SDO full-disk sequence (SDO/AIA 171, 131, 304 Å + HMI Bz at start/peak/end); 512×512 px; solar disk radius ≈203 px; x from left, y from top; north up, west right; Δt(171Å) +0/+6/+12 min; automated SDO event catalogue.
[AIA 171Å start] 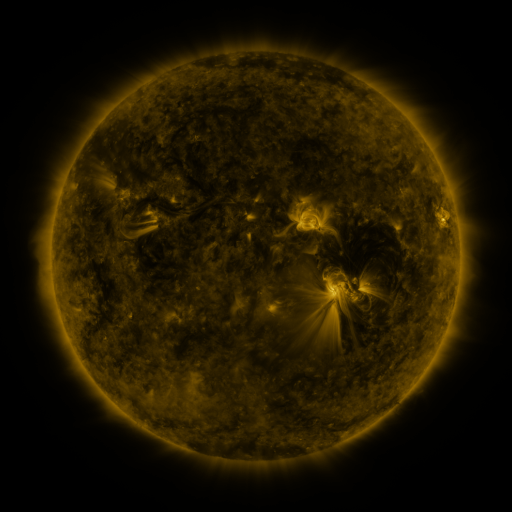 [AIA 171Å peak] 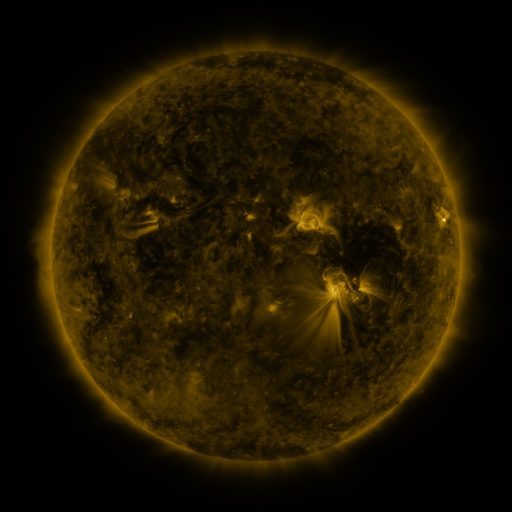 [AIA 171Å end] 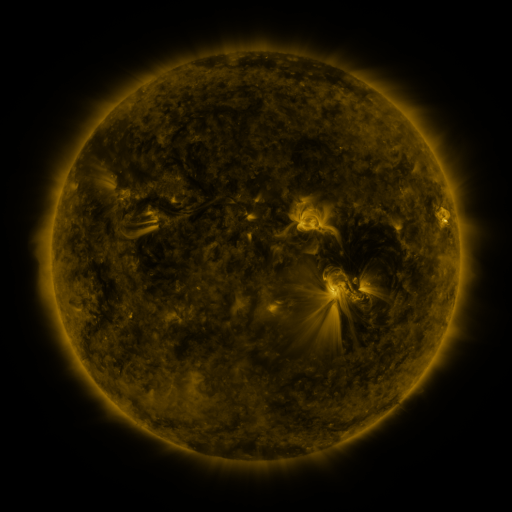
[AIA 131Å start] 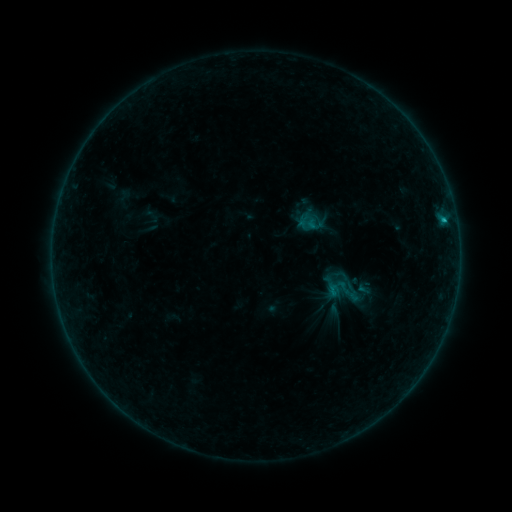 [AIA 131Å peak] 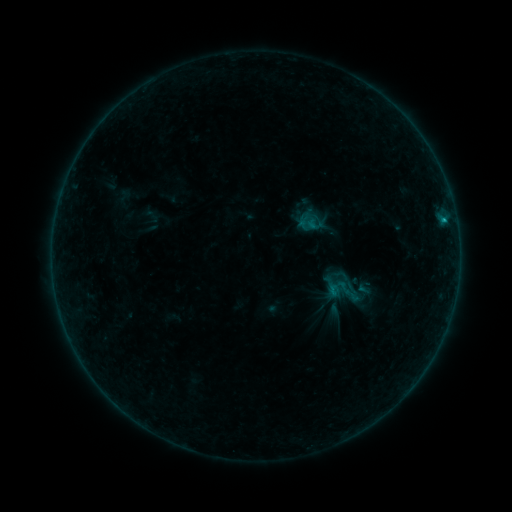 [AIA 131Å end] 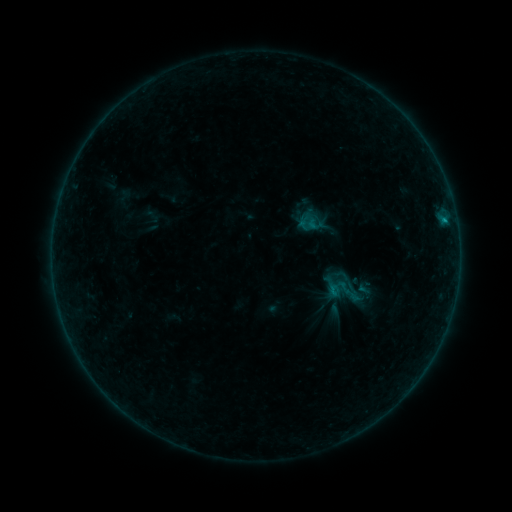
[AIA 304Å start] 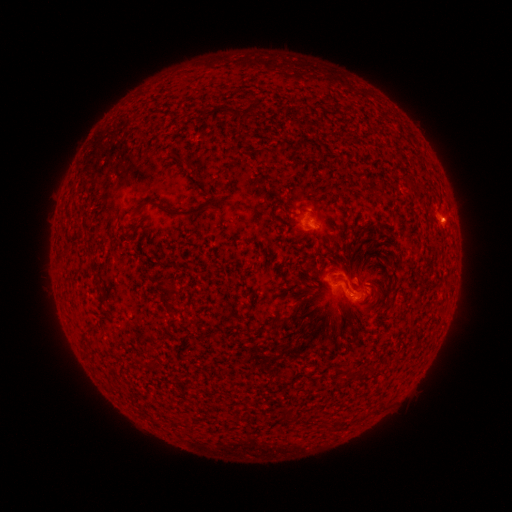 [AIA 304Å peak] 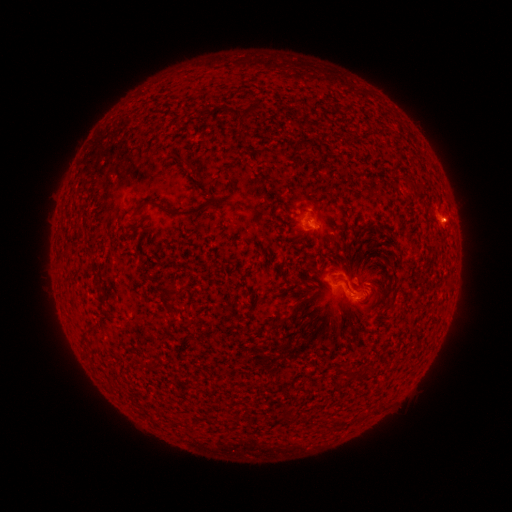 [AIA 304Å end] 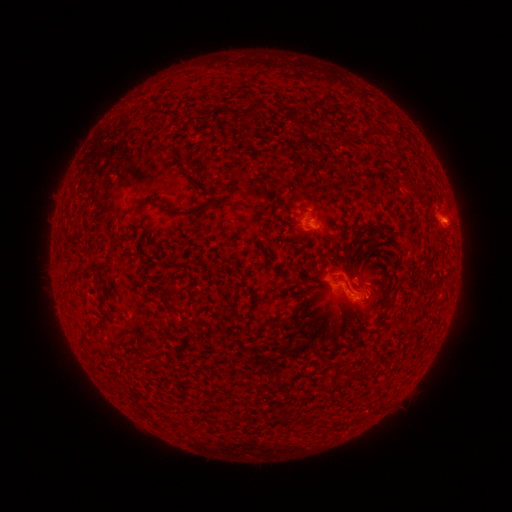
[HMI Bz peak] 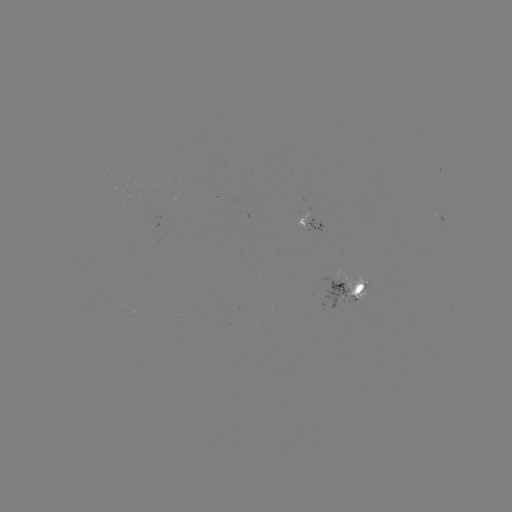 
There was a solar eruption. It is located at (446, 222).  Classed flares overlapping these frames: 1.